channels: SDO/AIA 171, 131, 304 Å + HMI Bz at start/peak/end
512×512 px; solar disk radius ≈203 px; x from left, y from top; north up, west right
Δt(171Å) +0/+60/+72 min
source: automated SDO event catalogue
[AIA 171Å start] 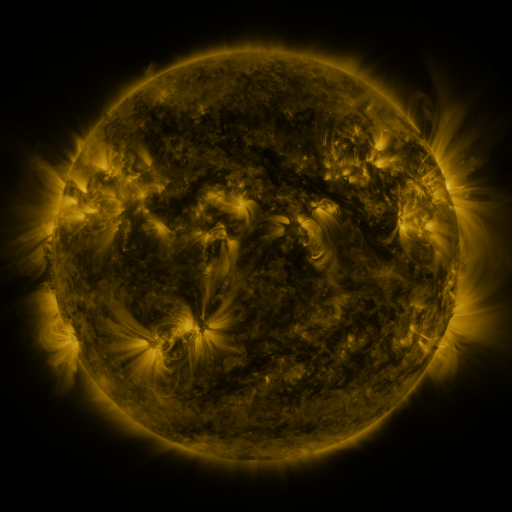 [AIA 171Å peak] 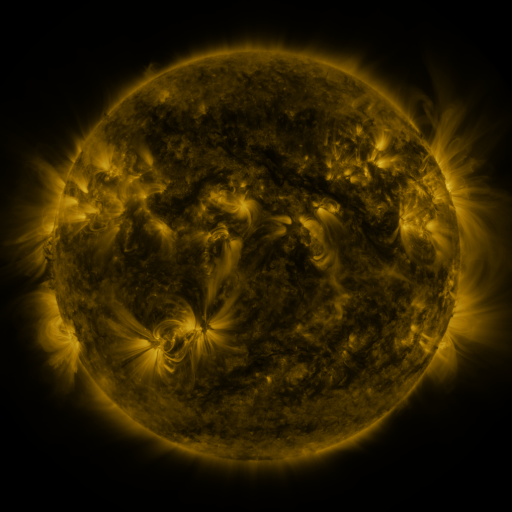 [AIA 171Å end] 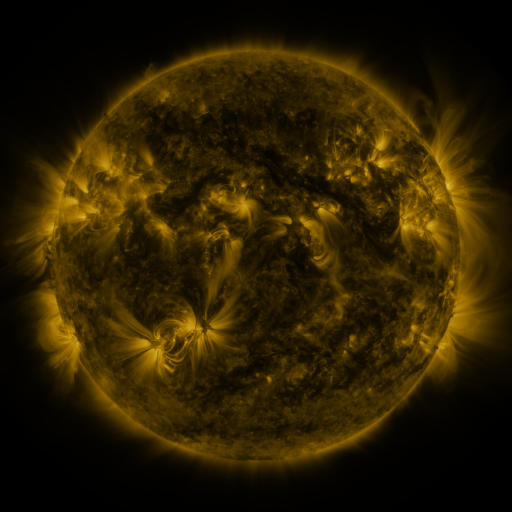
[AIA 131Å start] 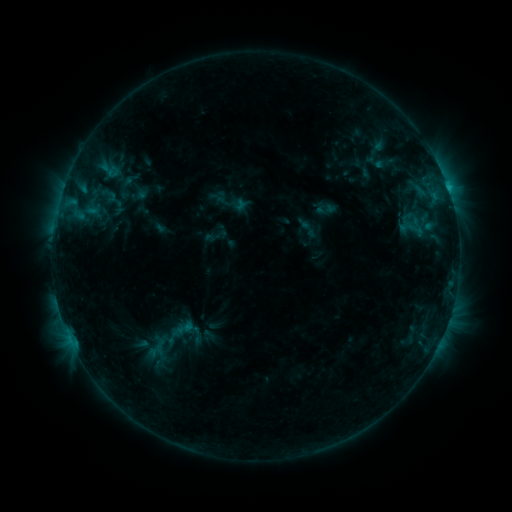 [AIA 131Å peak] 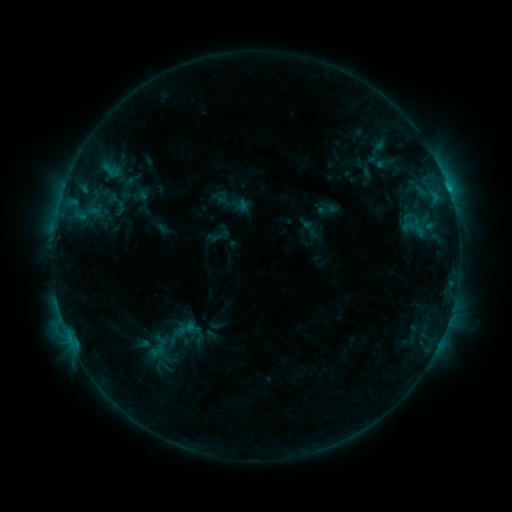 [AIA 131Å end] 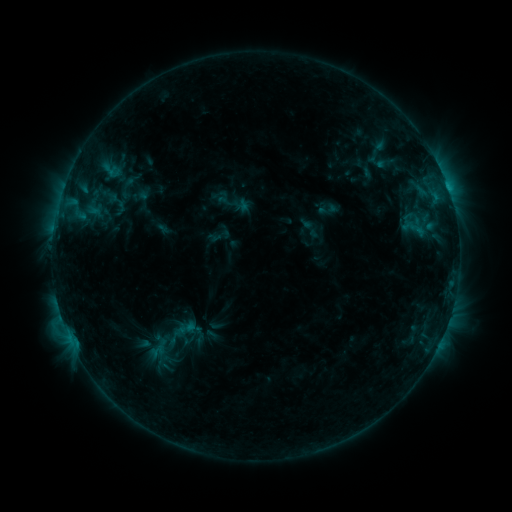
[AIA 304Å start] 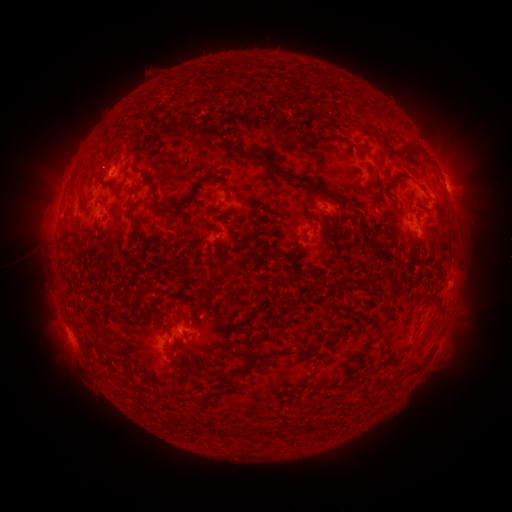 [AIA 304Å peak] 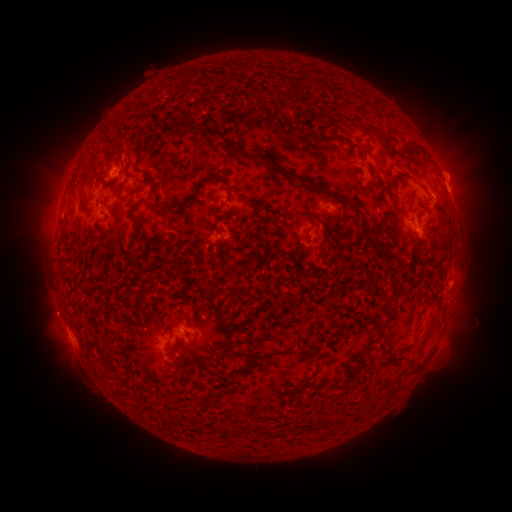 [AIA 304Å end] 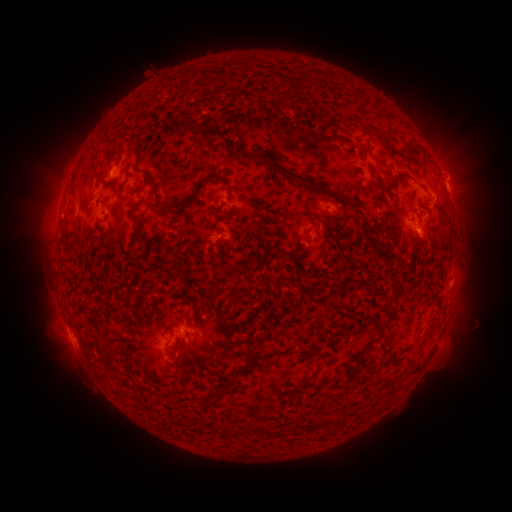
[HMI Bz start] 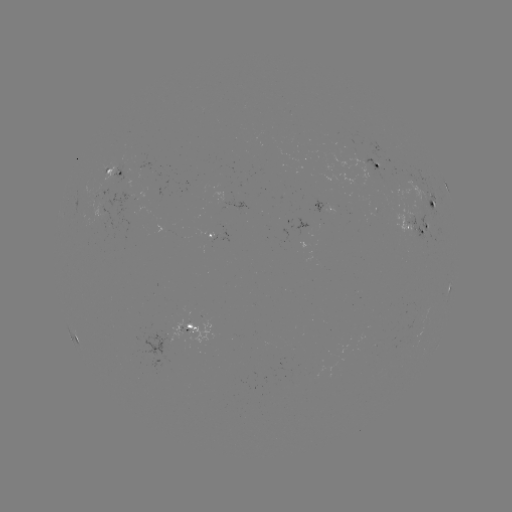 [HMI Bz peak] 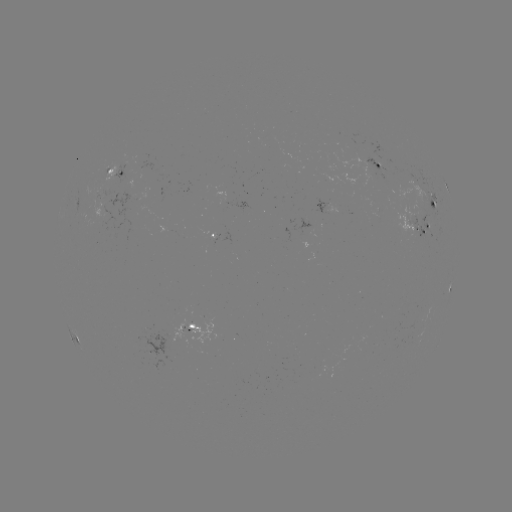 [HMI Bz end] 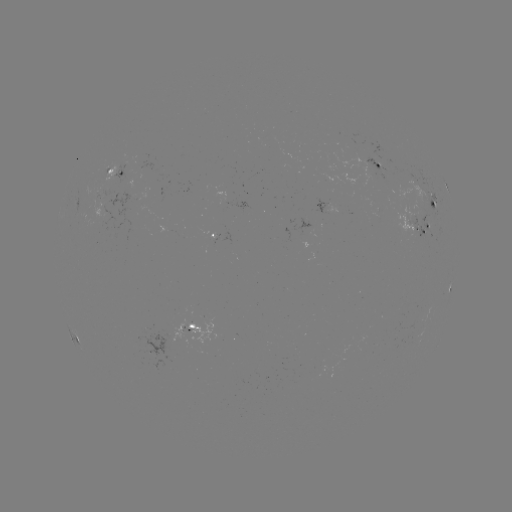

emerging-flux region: <bbox>114, 163, 126, 186</bbox>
